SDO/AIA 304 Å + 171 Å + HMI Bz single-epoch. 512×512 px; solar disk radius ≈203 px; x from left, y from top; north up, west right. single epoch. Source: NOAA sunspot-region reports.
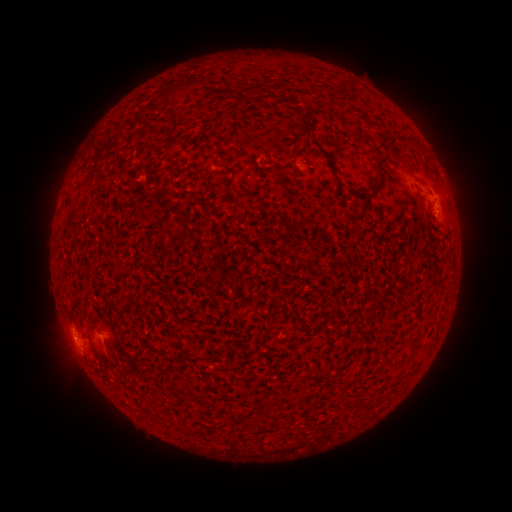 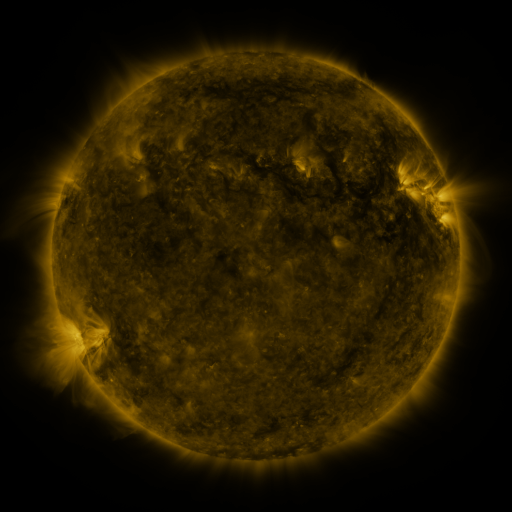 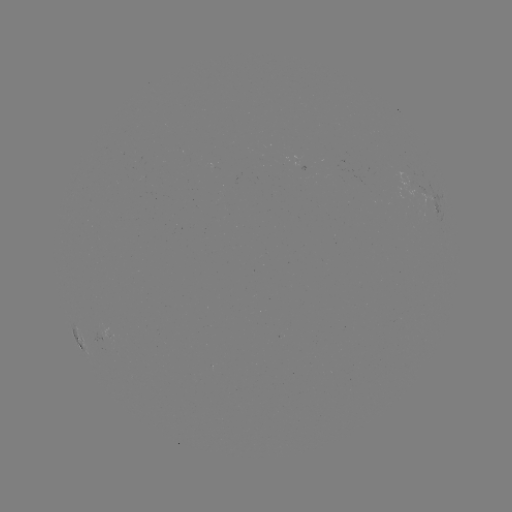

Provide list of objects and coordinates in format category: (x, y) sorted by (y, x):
spotted active region: (426, 204)
spotted active region: (79, 340)
